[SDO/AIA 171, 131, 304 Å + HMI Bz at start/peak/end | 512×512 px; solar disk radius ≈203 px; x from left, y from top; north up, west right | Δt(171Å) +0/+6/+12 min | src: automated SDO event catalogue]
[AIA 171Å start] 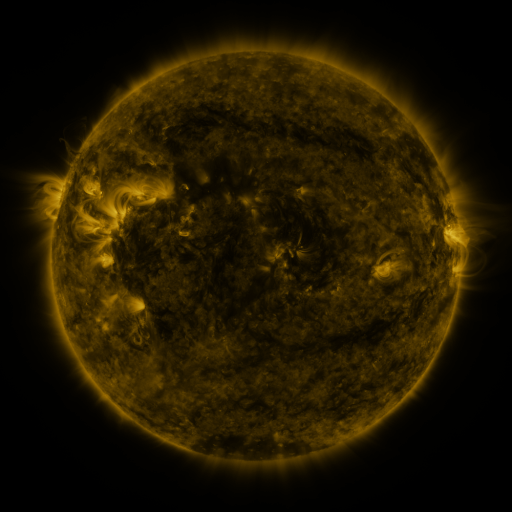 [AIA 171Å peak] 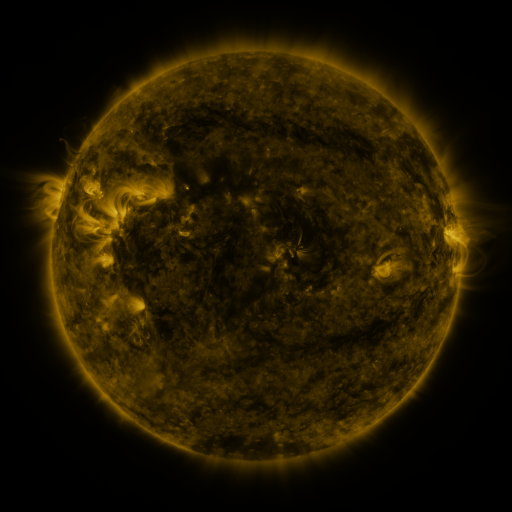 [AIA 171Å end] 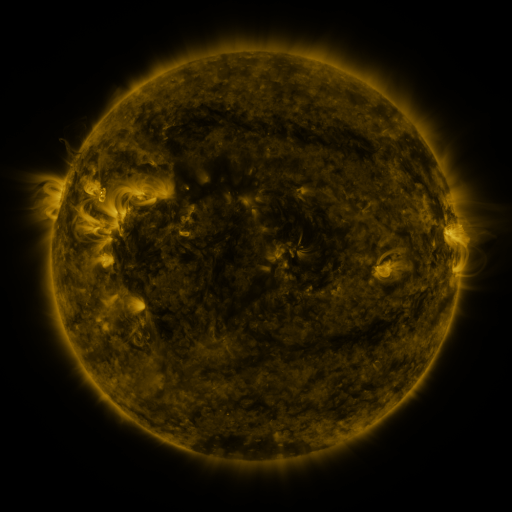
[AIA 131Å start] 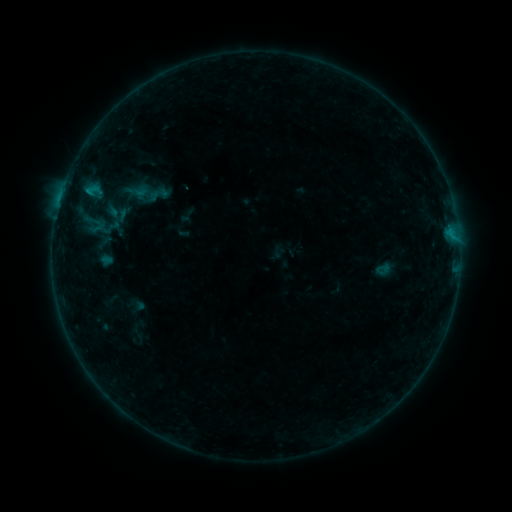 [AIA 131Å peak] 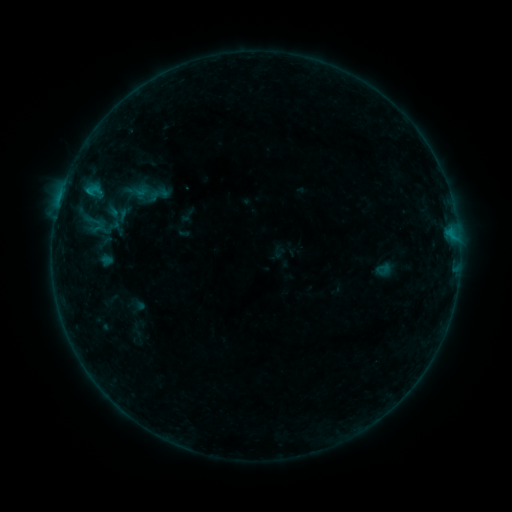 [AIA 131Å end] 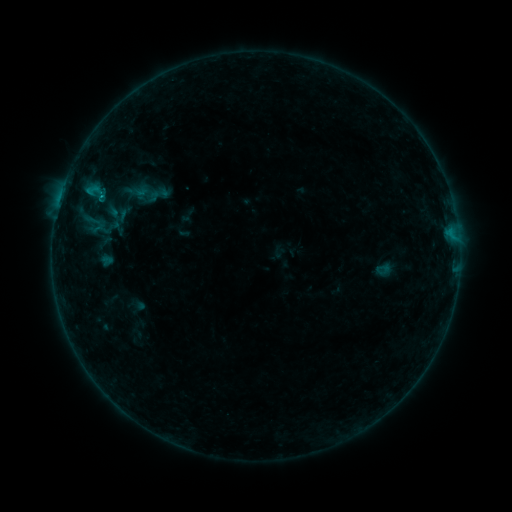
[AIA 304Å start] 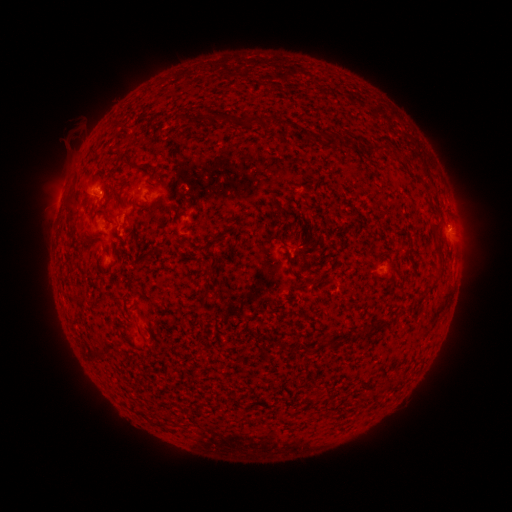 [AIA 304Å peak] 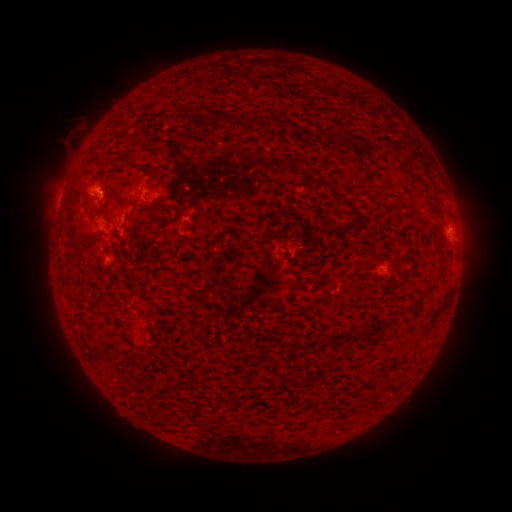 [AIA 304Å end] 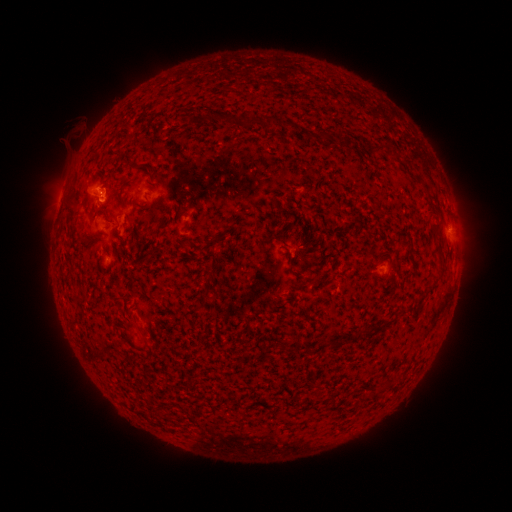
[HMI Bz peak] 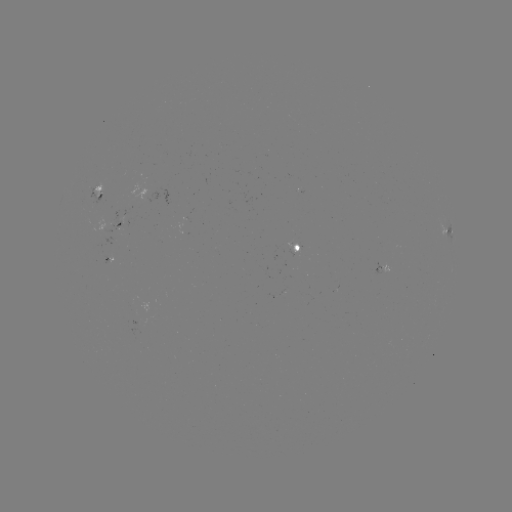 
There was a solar flare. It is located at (101, 200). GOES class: B7.2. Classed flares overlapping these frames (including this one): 1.